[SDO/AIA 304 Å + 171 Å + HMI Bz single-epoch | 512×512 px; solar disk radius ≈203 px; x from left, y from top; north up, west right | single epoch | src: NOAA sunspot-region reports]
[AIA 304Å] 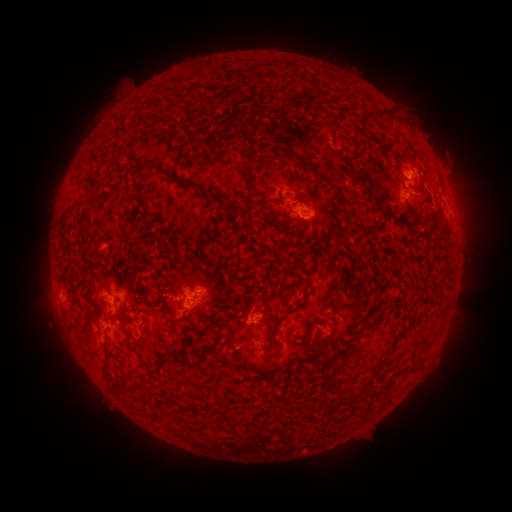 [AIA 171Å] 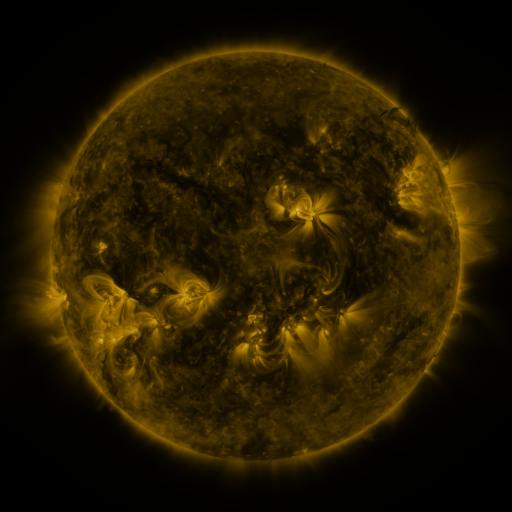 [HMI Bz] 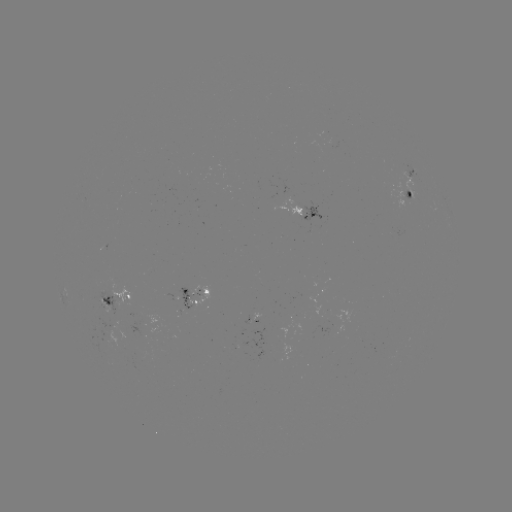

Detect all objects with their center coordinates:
spotted active region: (412, 177)
spotted active region: (412, 197)
spotted active region: (301, 213)
spotted active region: (197, 294)
spotted active region: (121, 302)
spotted active region: (210, 354)
